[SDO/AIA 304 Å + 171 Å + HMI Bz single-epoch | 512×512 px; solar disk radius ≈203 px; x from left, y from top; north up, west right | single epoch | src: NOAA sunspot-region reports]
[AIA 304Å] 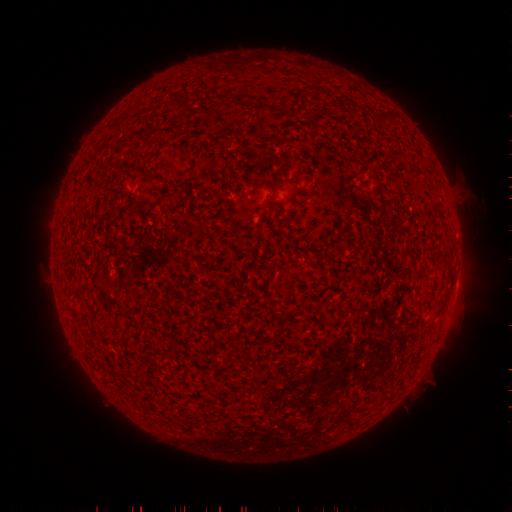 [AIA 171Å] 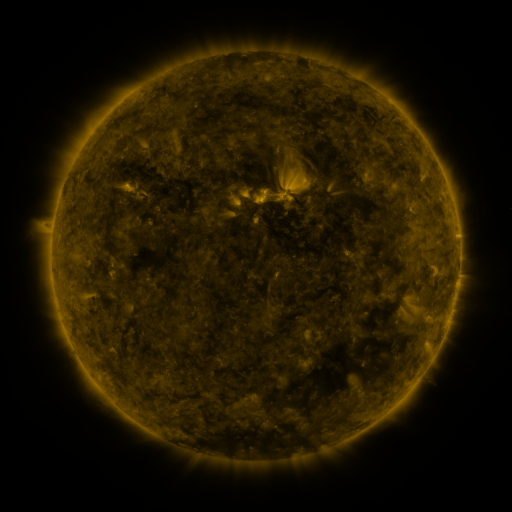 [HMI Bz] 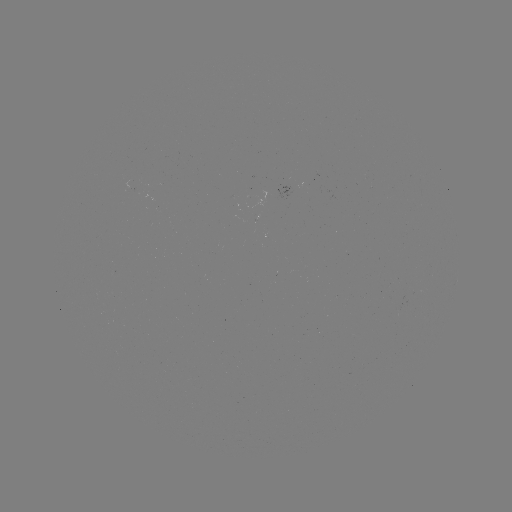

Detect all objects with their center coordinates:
(none)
